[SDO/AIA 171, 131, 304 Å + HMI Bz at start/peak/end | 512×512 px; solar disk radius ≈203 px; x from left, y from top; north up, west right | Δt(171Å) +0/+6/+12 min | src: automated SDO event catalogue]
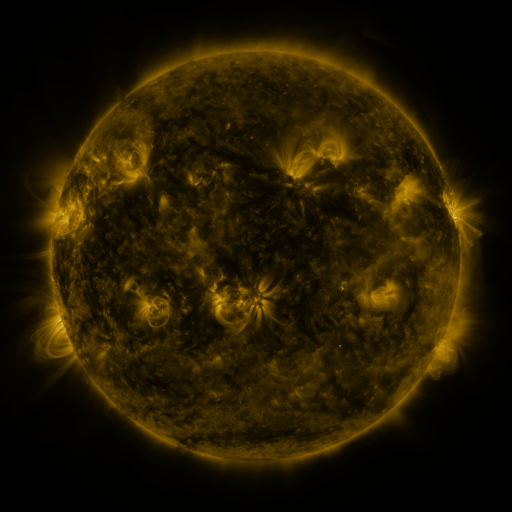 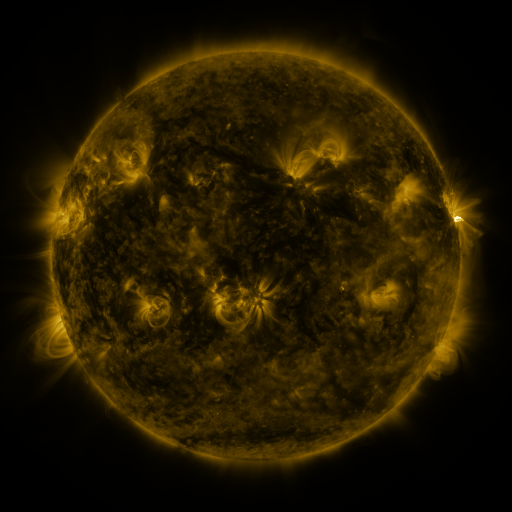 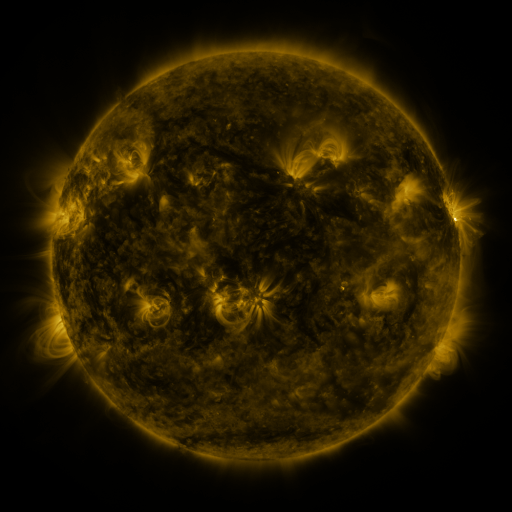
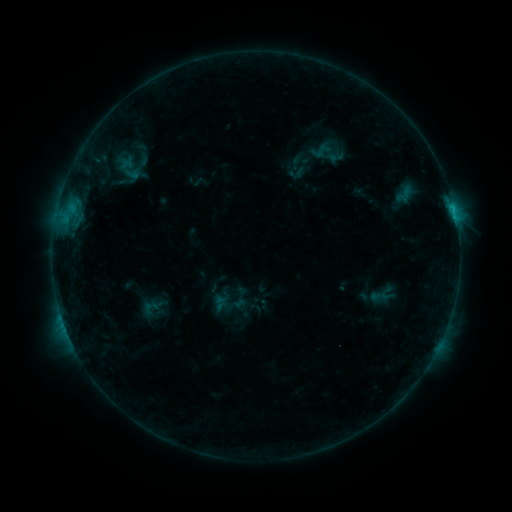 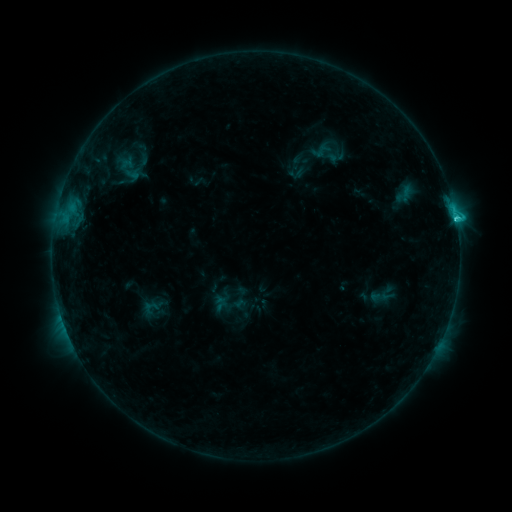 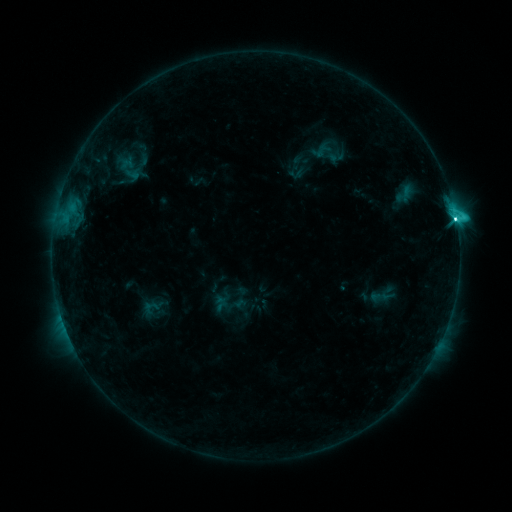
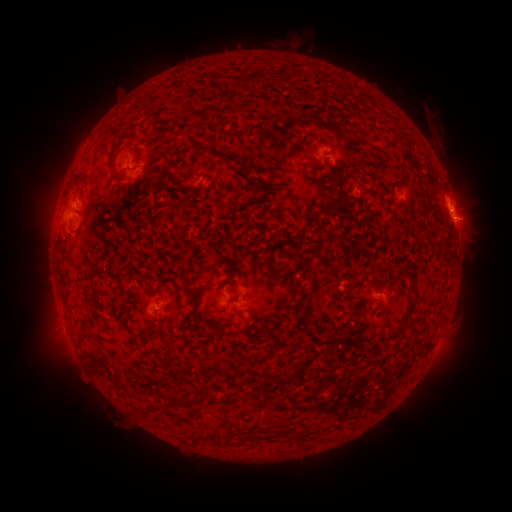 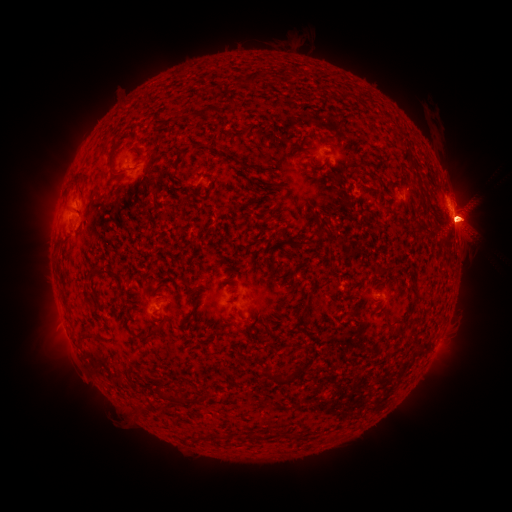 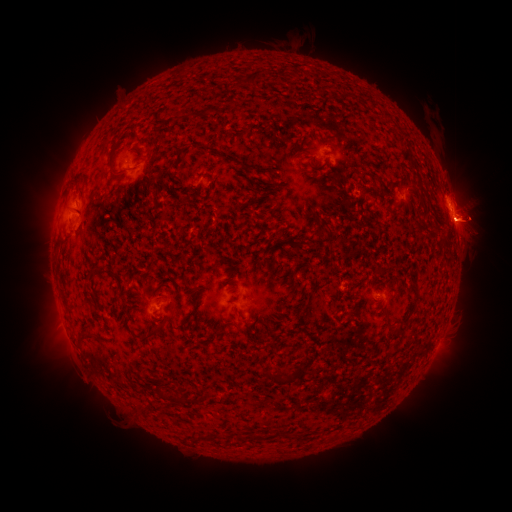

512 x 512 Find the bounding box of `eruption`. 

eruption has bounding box [22, 165, 79, 249].